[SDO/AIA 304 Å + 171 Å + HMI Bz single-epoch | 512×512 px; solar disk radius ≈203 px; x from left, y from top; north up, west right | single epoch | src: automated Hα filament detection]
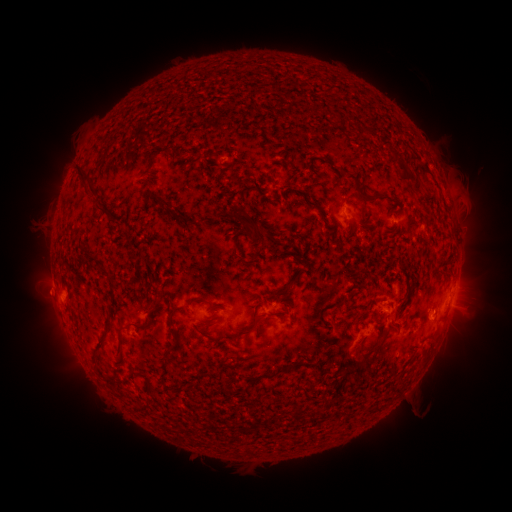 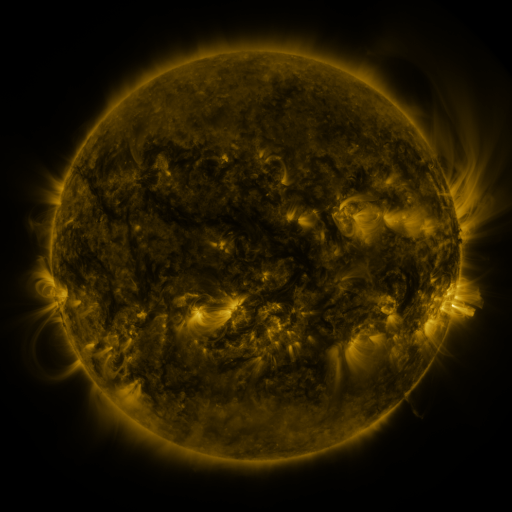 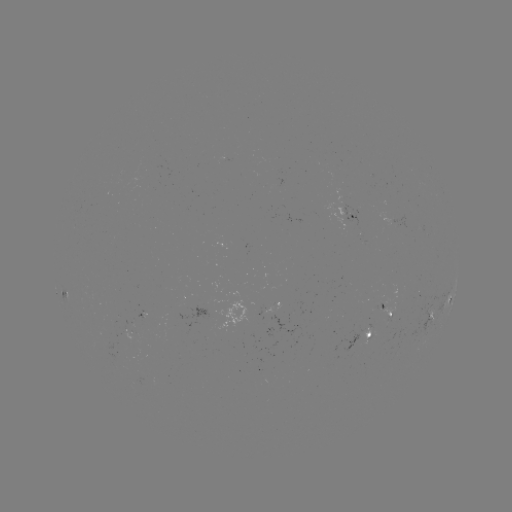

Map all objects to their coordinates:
filament: (232, 178)
filament: (353, 178)
filament: (409, 178)
filament: (85, 180)
filament: (417, 188)
filament: (162, 199)
filament: (376, 199)
filament: (358, 201)
filament: (307, 202)
filament: (103, 208)
filament: (180, 215)
filament: (236, 216)
filament: (97, 259)
filament: (286, 287)
filament: (195, 299)
filament: (339, 302)
filament: (171, 312)
filament: (378, 316)
filament: (108, 321)
filament: (252, 326)
filament: (125, 327)
filament: (376, 349)
filament: (277, 371)
